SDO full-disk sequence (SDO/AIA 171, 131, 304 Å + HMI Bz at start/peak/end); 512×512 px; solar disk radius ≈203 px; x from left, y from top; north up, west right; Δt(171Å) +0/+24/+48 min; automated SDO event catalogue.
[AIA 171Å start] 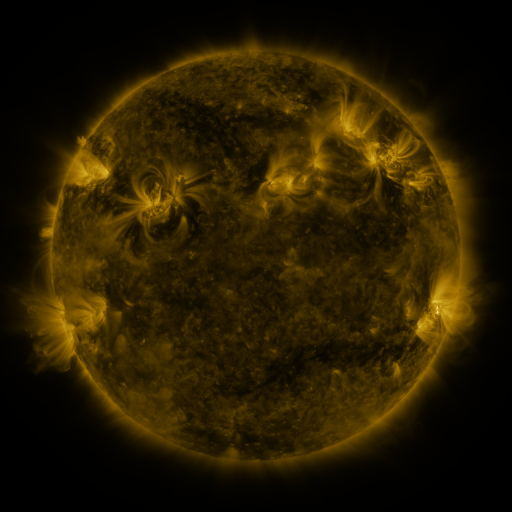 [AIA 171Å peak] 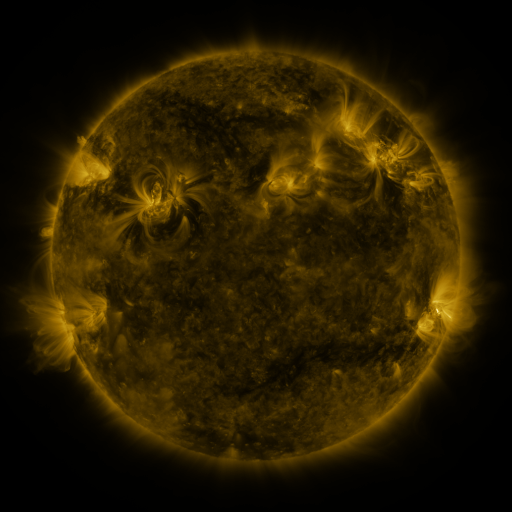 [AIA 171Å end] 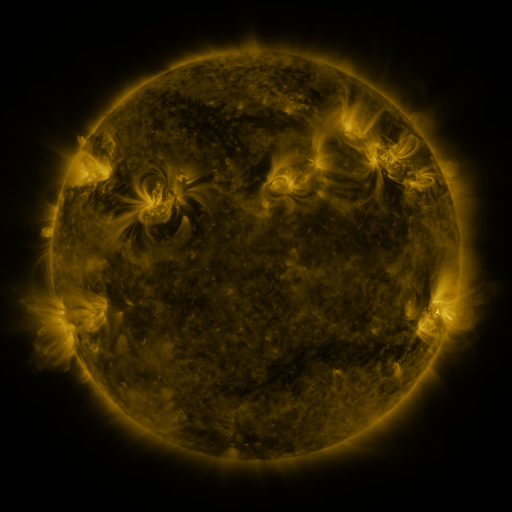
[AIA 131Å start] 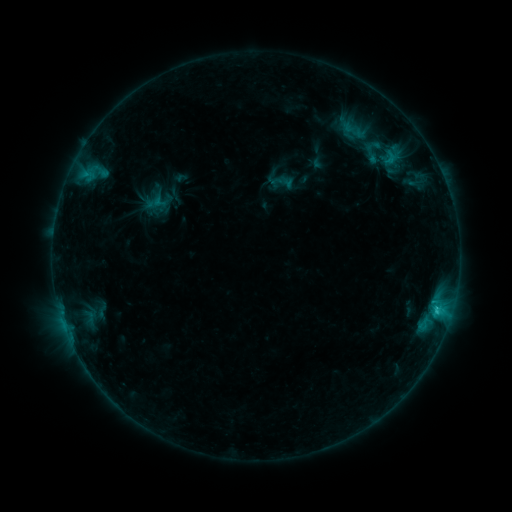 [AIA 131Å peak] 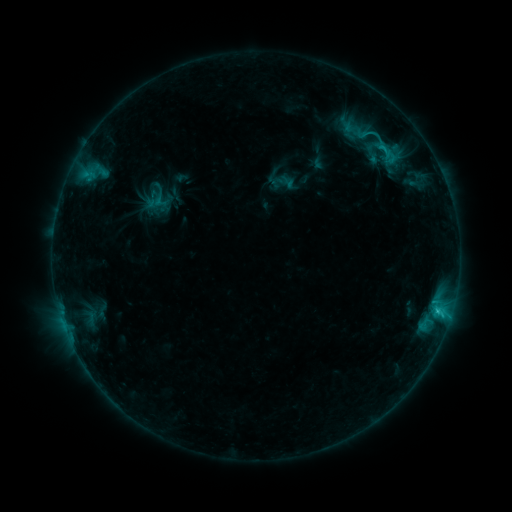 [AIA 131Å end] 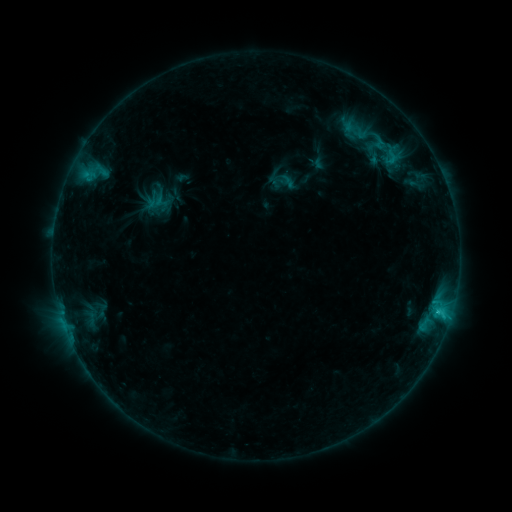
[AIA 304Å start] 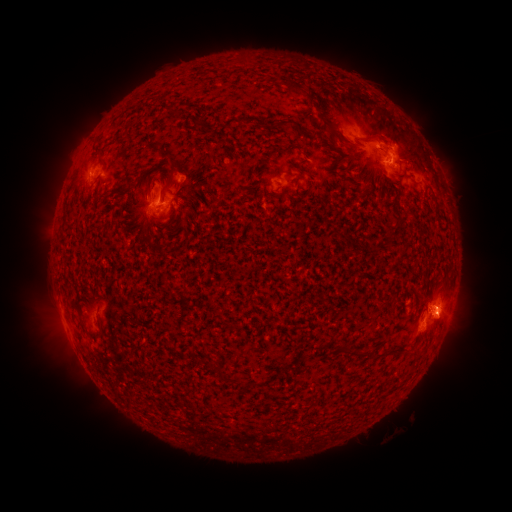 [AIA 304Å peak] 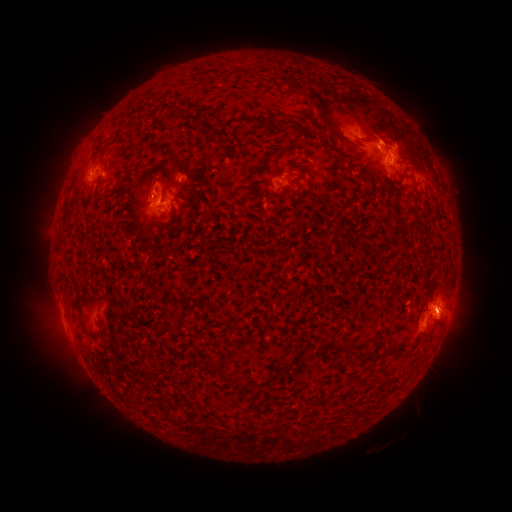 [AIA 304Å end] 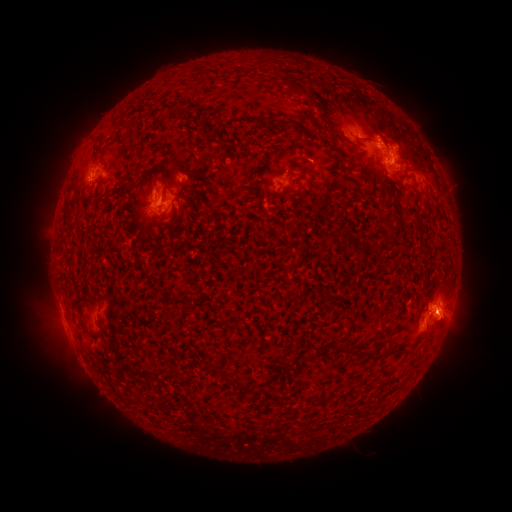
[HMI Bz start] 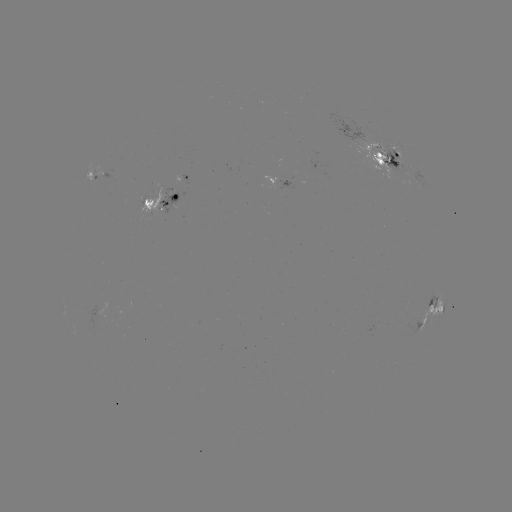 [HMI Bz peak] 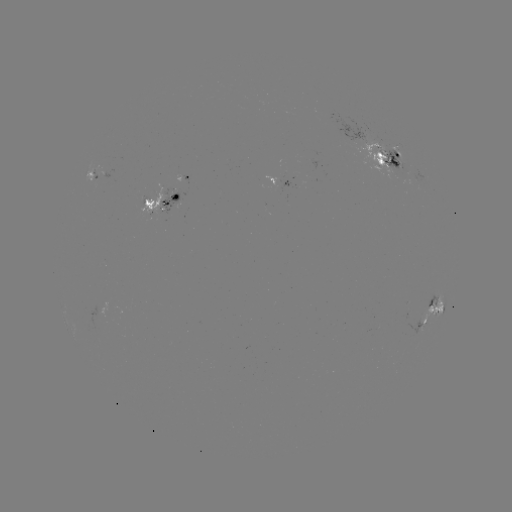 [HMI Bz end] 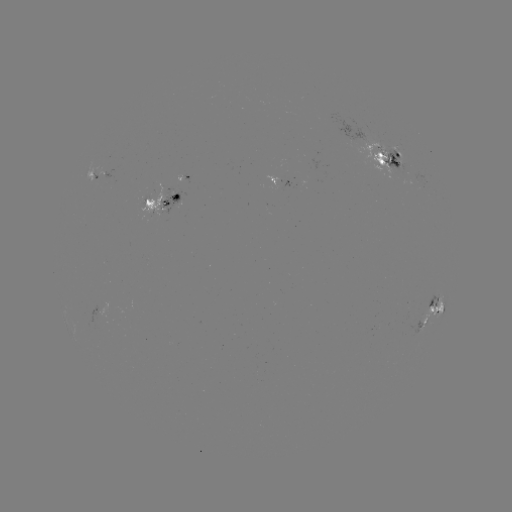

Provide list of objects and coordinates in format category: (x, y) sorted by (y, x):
emerging-flux region: (391, 159)
